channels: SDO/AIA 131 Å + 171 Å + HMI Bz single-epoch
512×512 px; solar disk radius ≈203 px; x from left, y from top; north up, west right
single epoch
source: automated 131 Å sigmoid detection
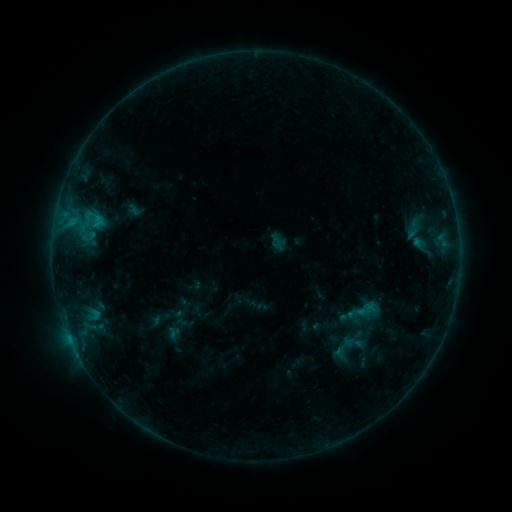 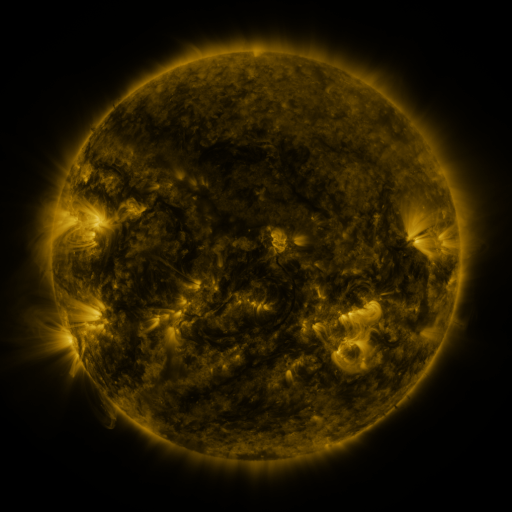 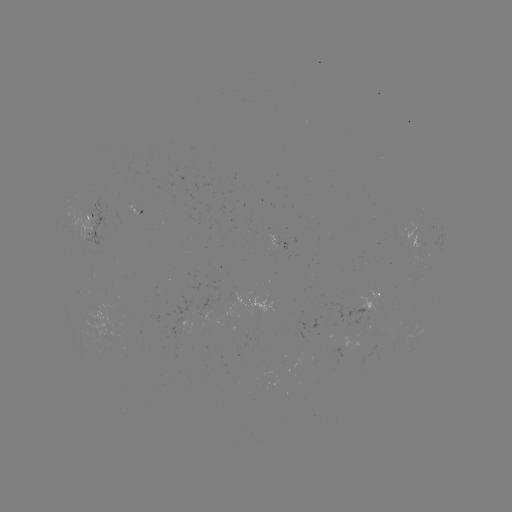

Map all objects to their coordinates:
sigmoid: (400, 215, 431, 240)
sigmoid: (343, 333, 362, 352)
